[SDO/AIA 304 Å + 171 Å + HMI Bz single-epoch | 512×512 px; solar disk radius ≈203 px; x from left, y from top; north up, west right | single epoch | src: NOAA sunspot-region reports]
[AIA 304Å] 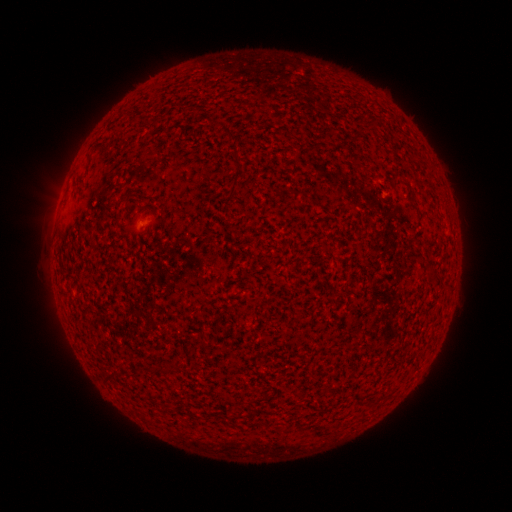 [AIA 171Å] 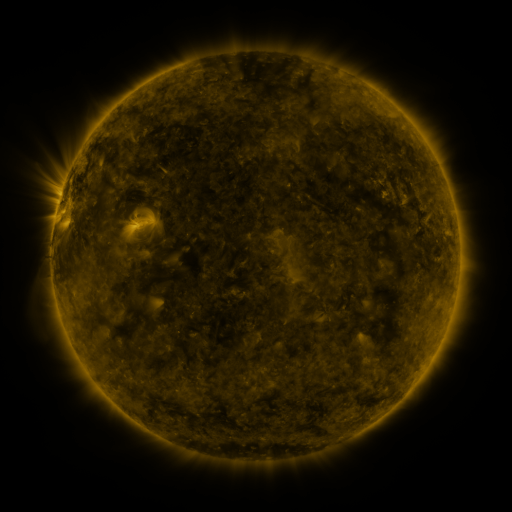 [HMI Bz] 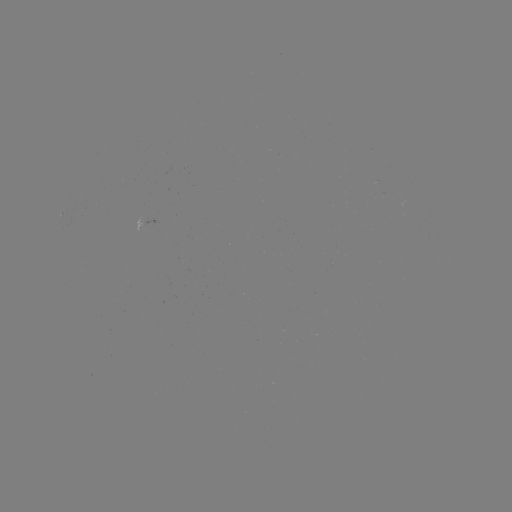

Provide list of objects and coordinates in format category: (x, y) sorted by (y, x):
(none)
